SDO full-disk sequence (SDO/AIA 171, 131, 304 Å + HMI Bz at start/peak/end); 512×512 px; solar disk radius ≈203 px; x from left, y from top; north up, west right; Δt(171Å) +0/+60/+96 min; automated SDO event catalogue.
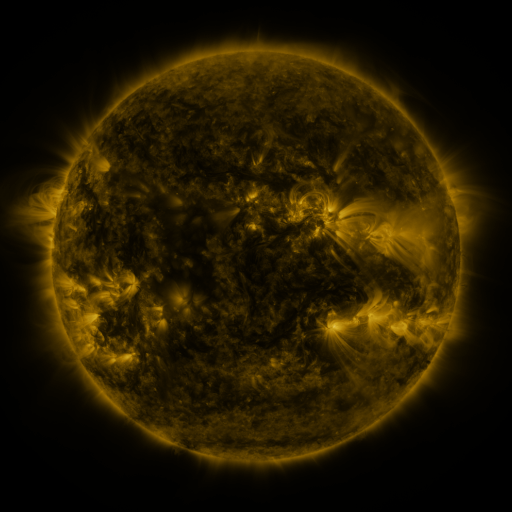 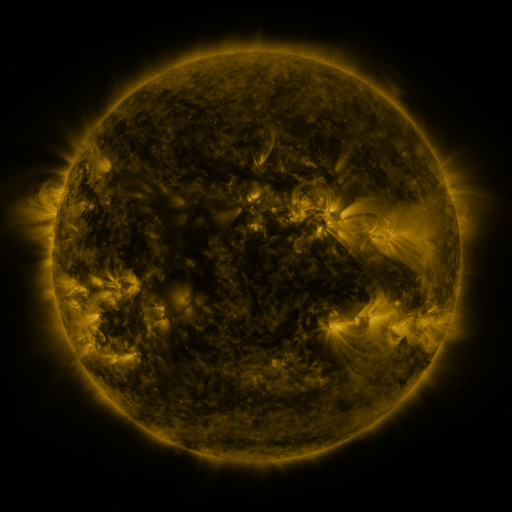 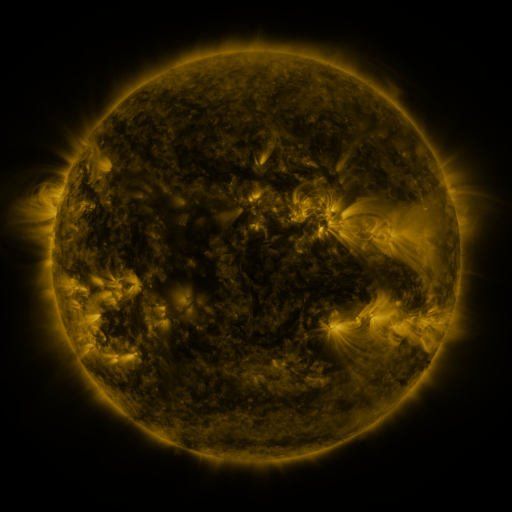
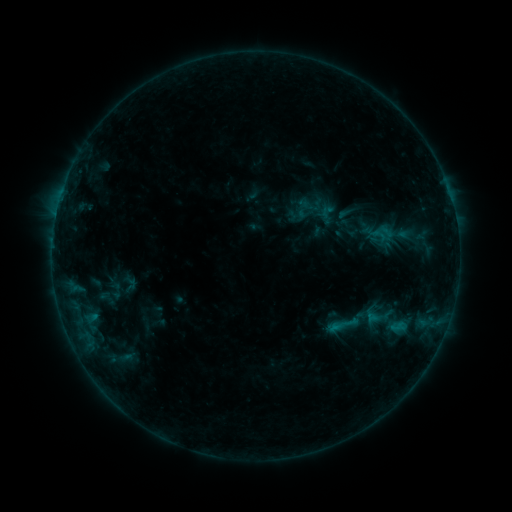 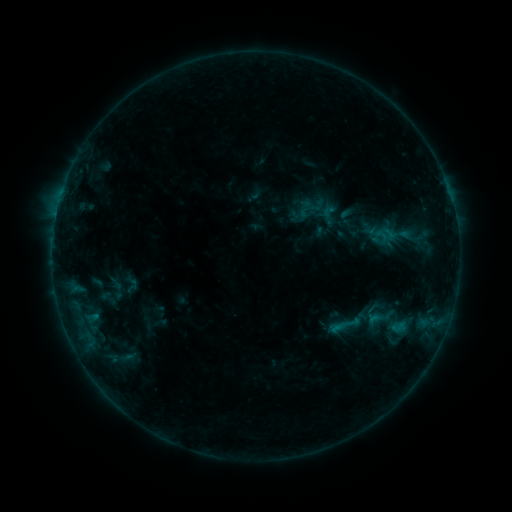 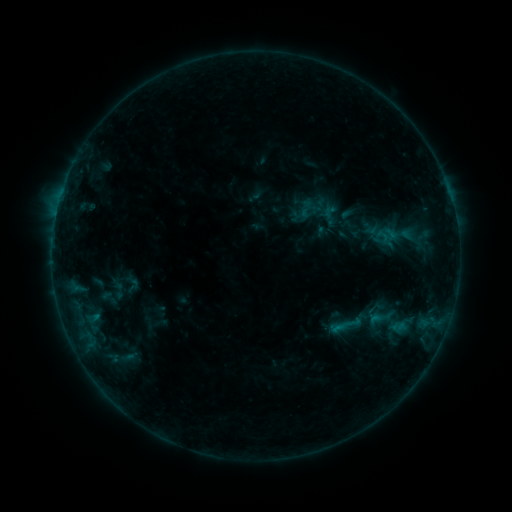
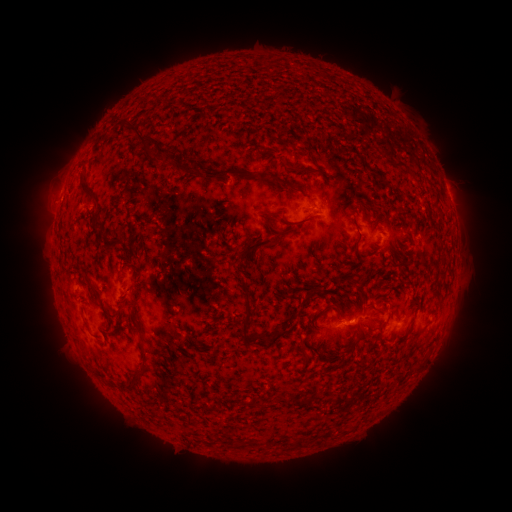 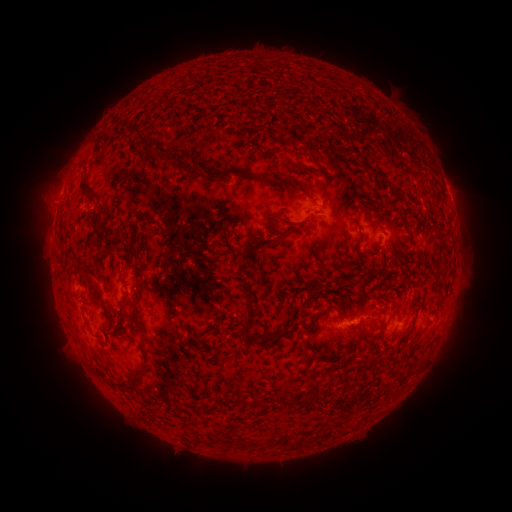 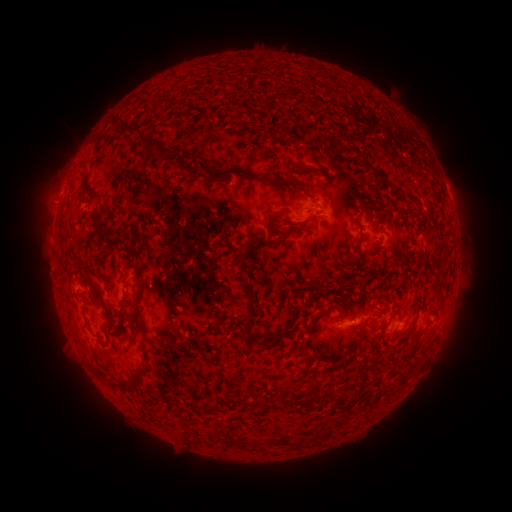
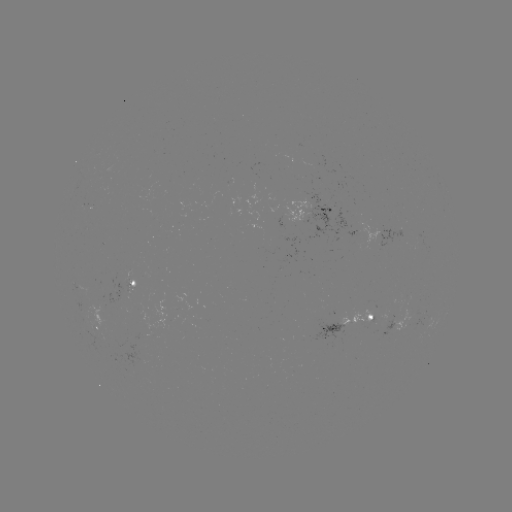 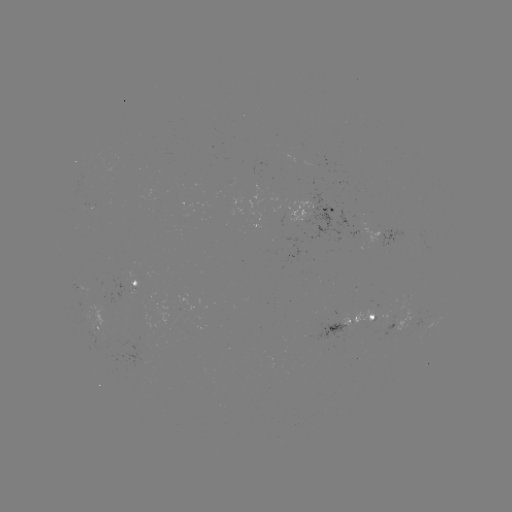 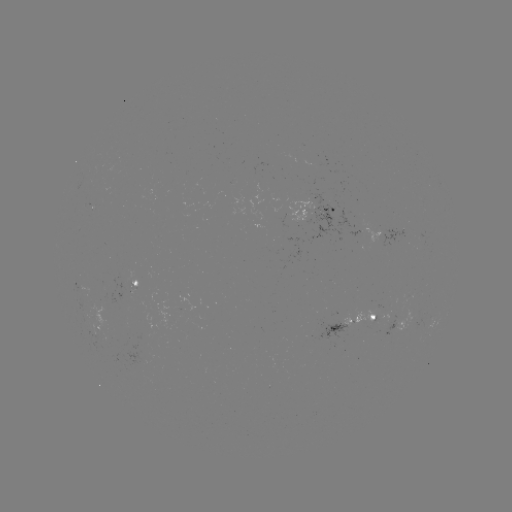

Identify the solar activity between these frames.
emerging-flux region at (358, 239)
